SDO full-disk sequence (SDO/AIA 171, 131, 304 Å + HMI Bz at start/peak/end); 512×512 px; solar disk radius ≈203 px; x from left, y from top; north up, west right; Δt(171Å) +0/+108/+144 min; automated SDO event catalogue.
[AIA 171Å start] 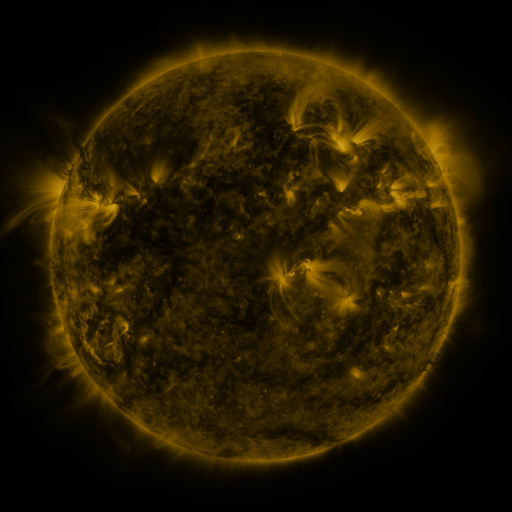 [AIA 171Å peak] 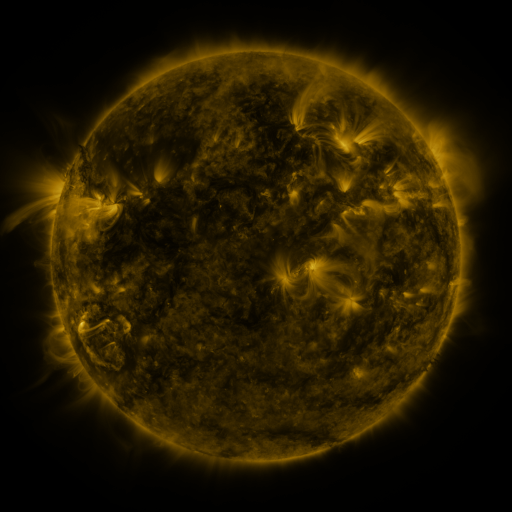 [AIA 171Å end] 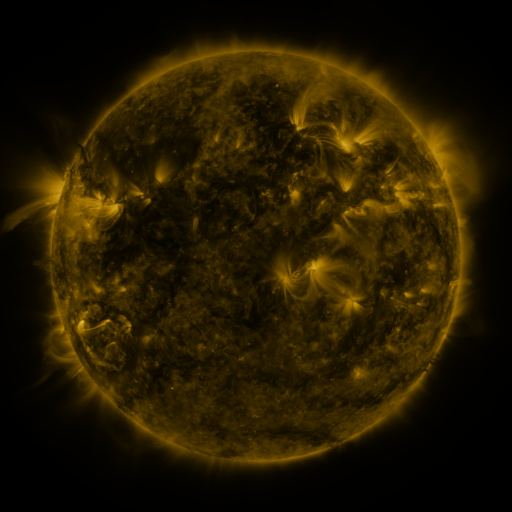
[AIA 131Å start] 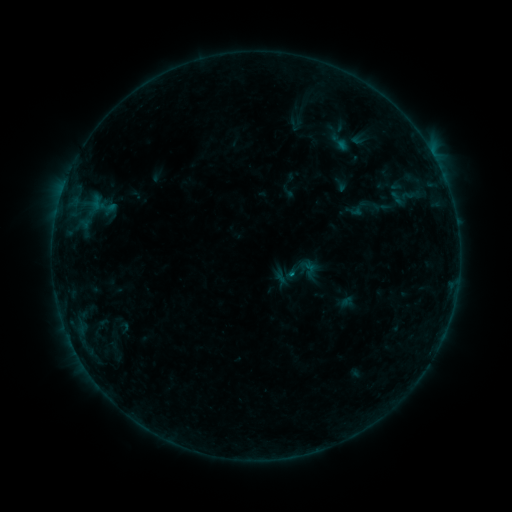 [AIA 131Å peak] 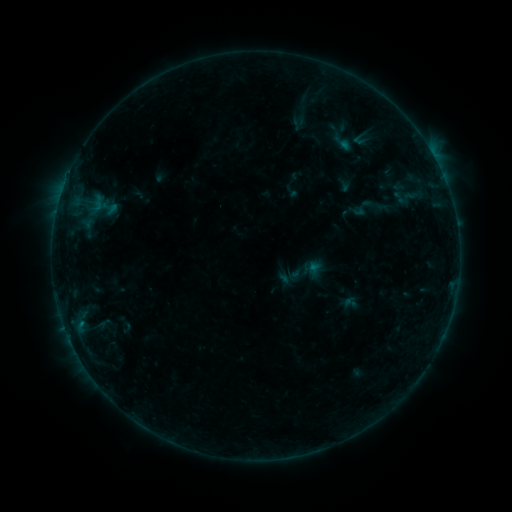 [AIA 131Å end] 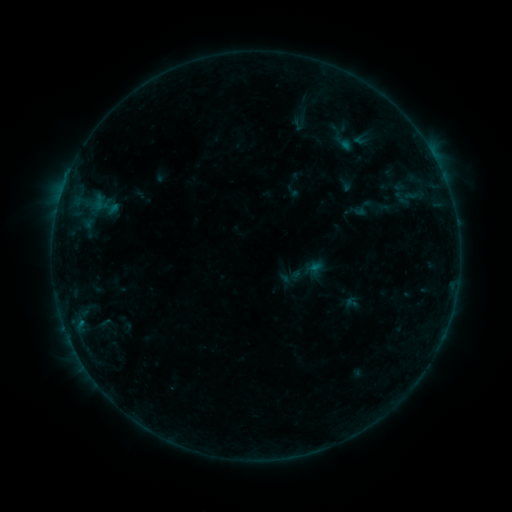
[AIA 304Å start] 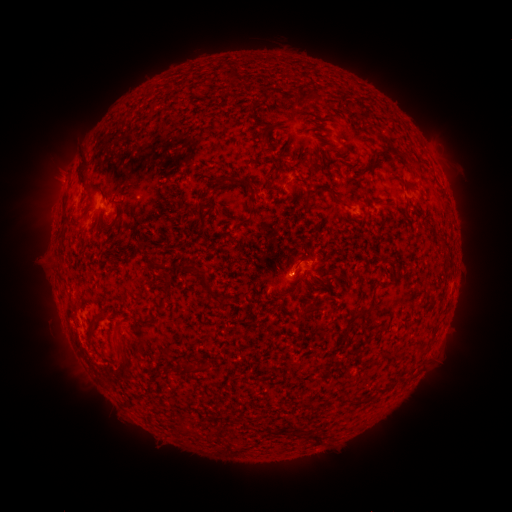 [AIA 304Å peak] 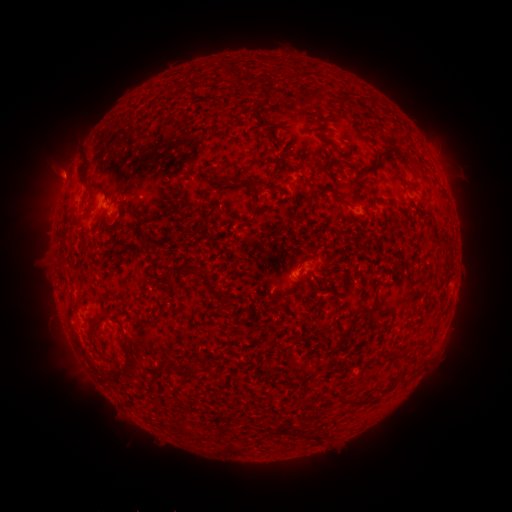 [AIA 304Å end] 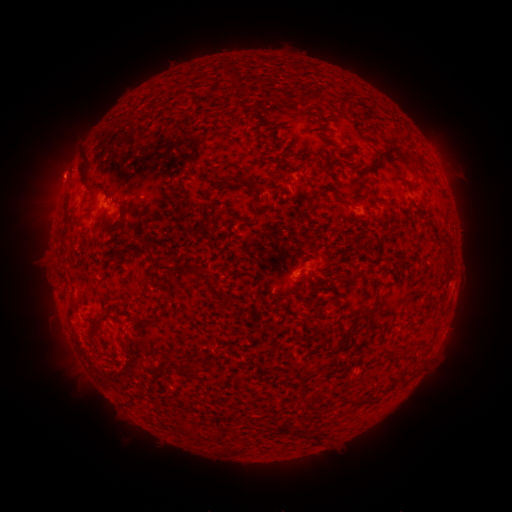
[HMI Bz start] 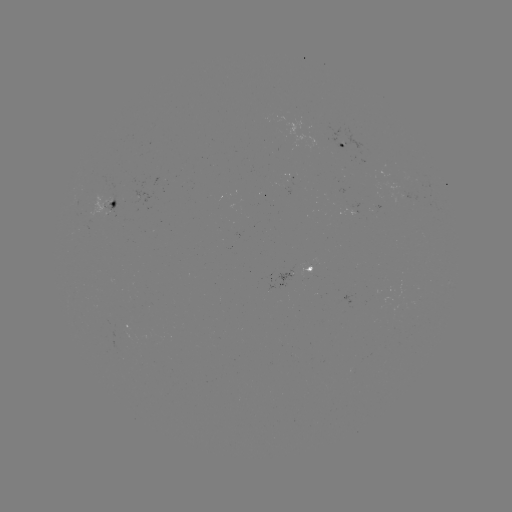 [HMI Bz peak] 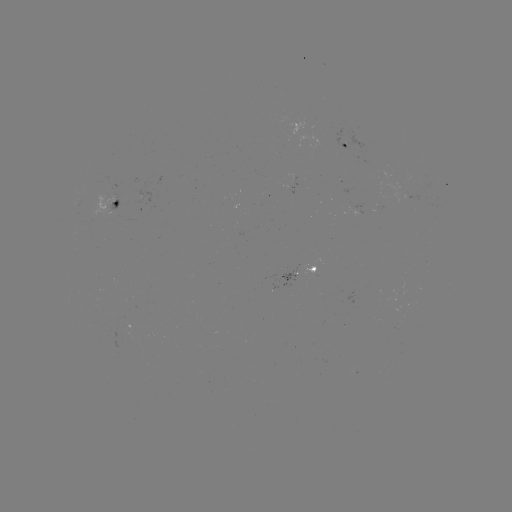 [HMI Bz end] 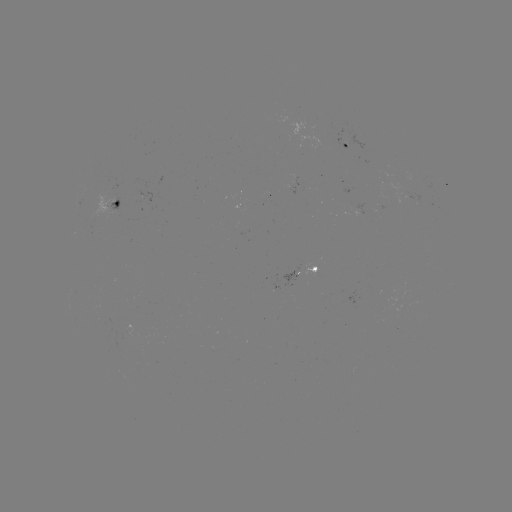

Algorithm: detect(emerging-flux region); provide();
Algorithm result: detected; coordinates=[305, 268]